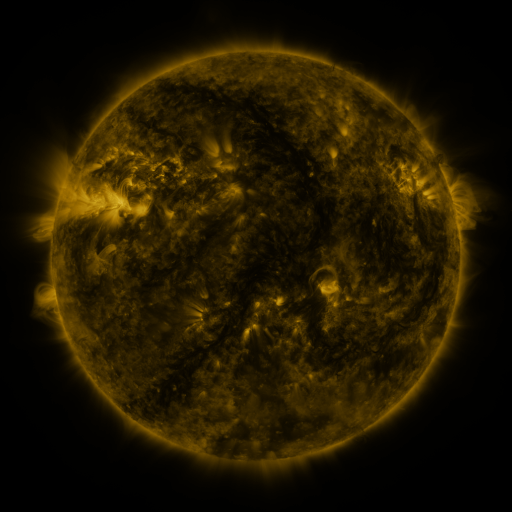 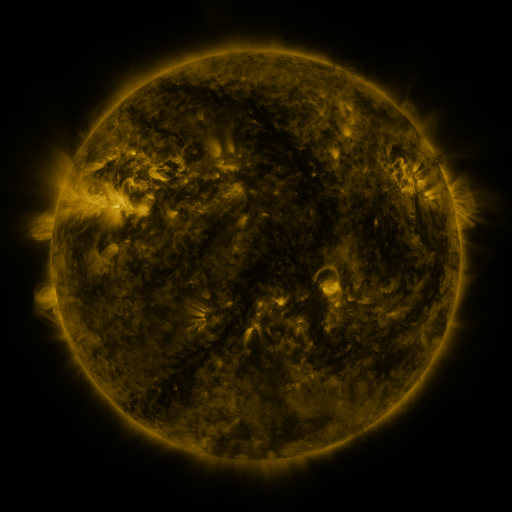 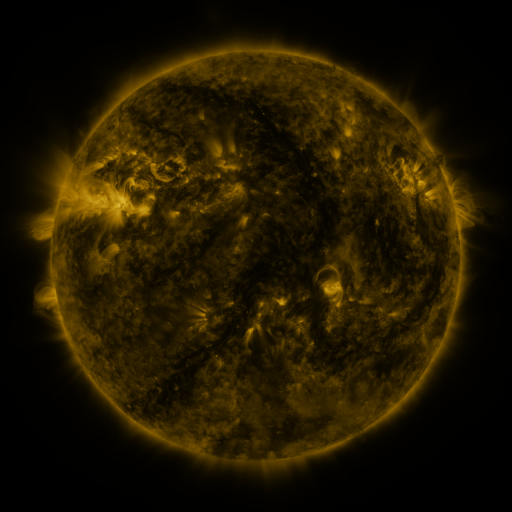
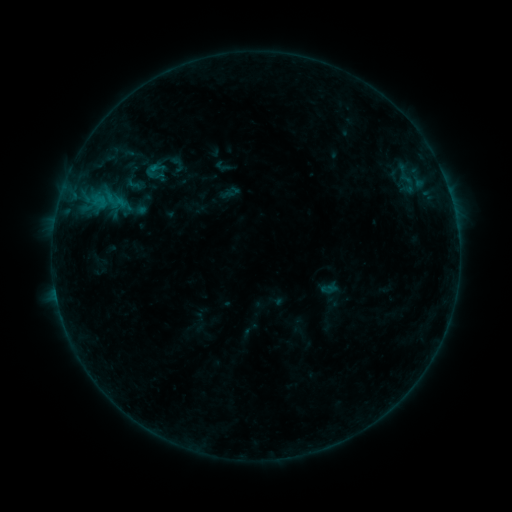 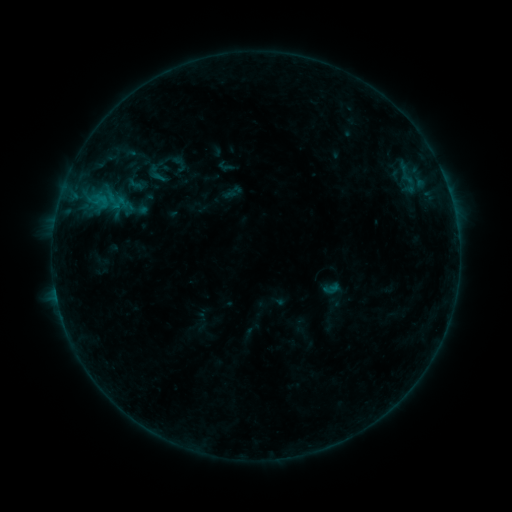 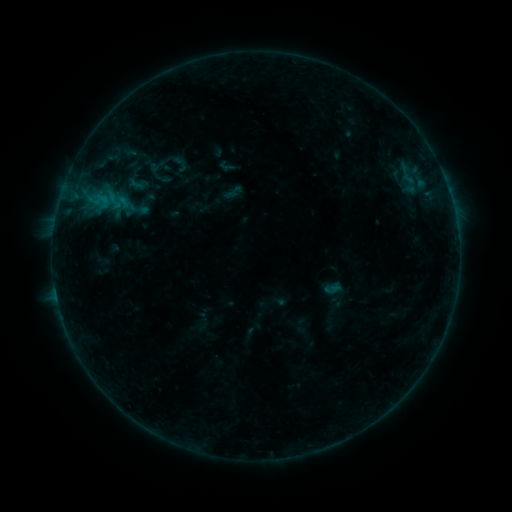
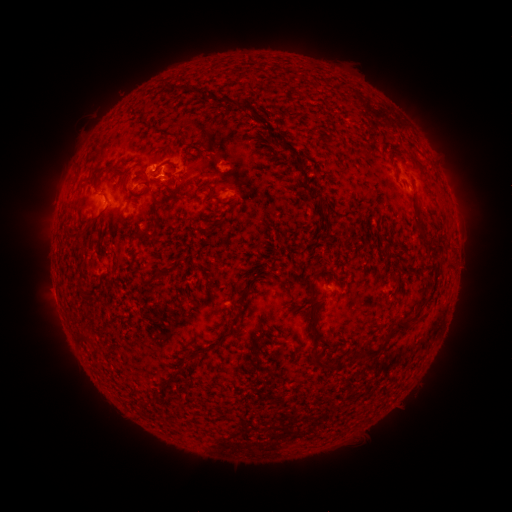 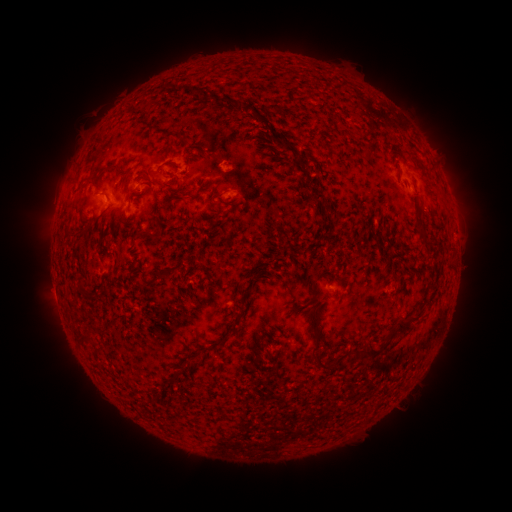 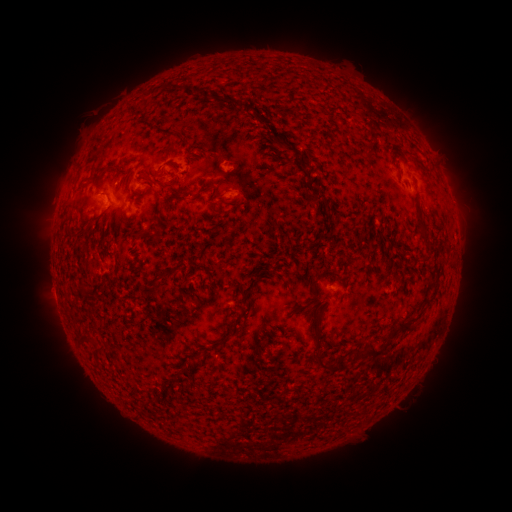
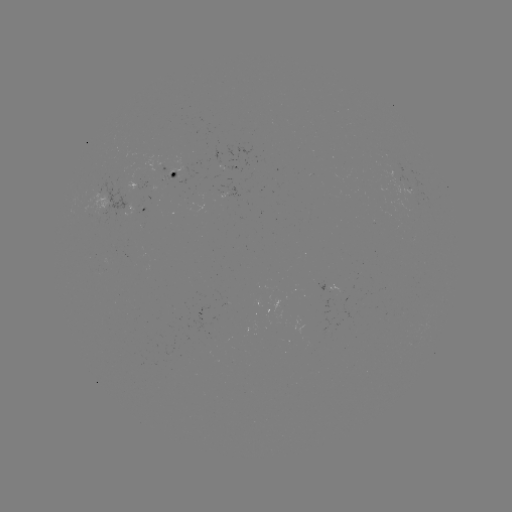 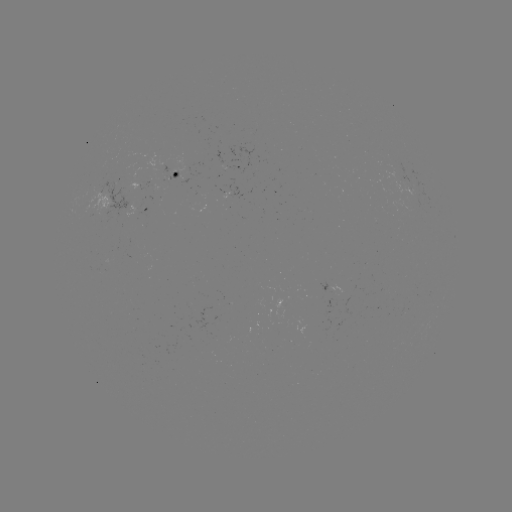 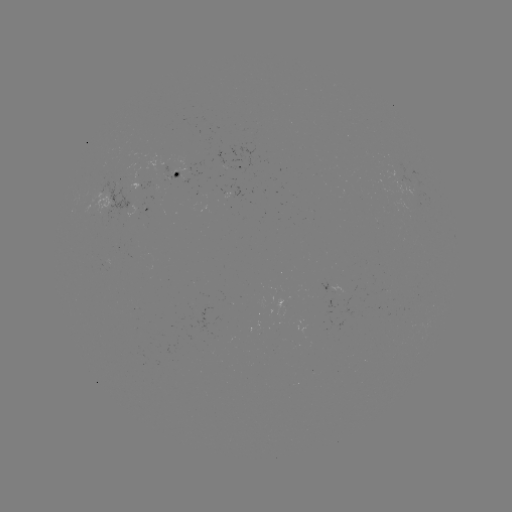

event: emerging-flux region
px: (402, 180)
